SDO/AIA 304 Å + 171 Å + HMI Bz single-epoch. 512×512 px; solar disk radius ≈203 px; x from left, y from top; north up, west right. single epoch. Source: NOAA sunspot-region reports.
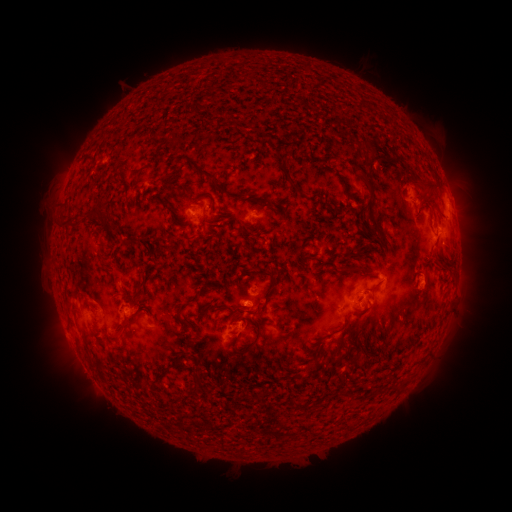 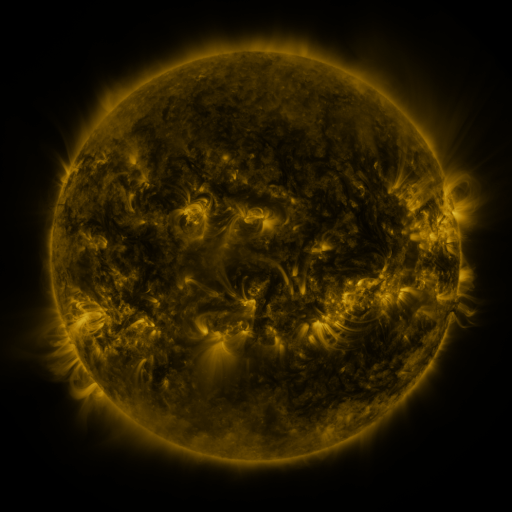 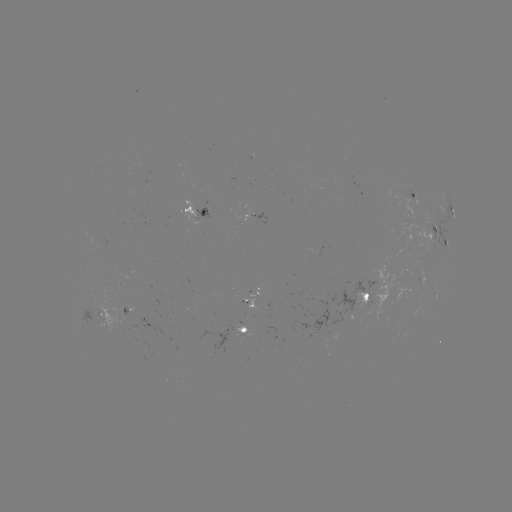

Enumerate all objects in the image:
spotted active region: (414, 194)
spotted active region: (449, 208)
spotted active region: (197, 212)
spotted active region: (256, 215)
spotted active region: (436, 230)
spotted active region: (360, 298)
spotted active region: (252, 303)
spotted active region: (102, 317)
spotted active region: (246, 334)
